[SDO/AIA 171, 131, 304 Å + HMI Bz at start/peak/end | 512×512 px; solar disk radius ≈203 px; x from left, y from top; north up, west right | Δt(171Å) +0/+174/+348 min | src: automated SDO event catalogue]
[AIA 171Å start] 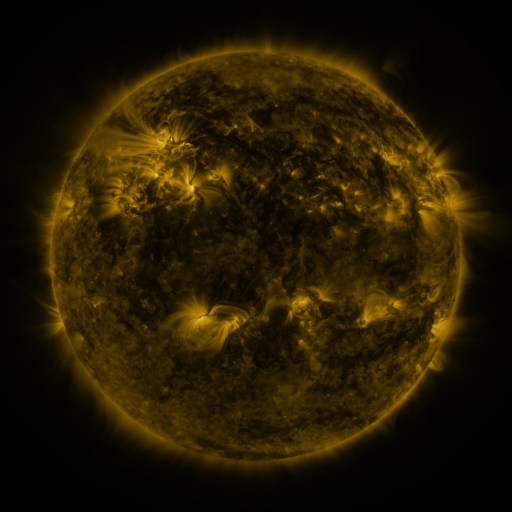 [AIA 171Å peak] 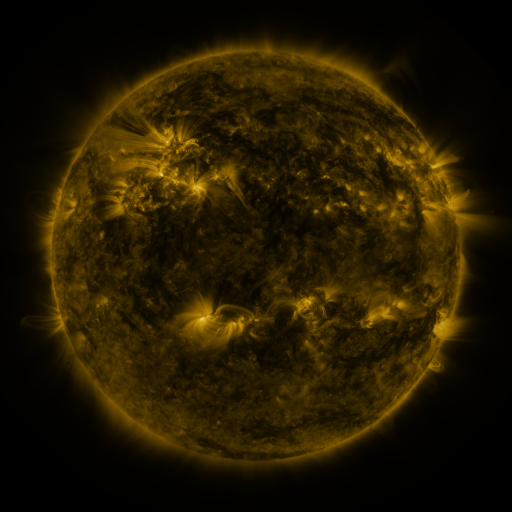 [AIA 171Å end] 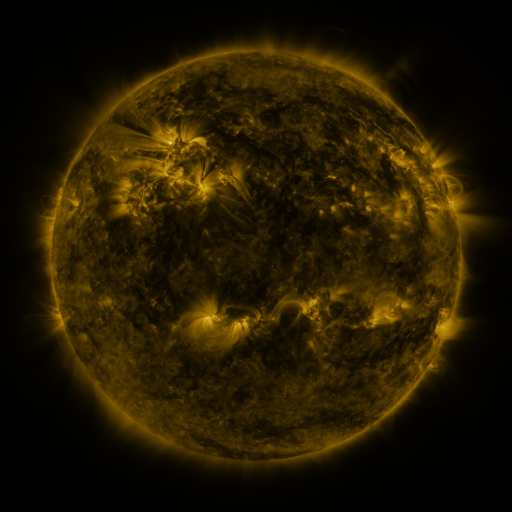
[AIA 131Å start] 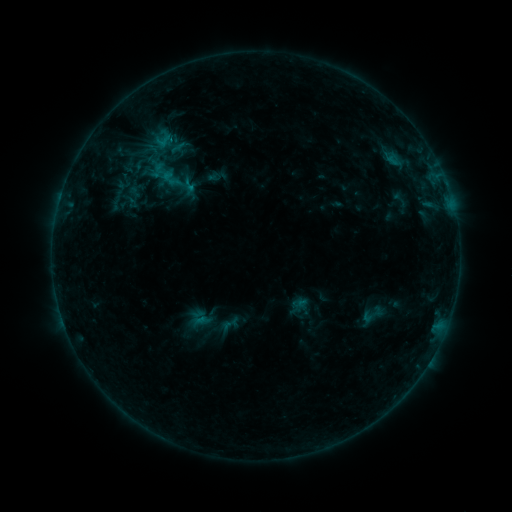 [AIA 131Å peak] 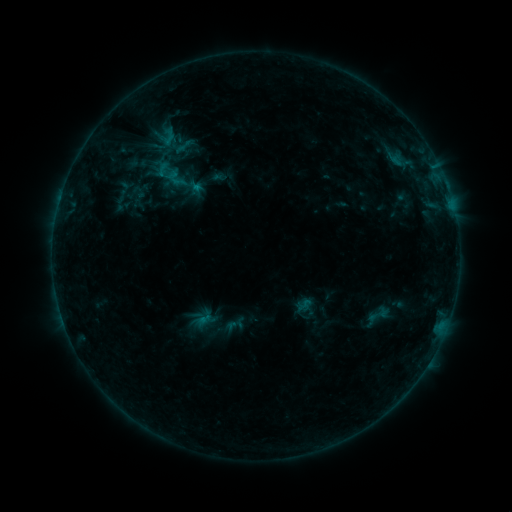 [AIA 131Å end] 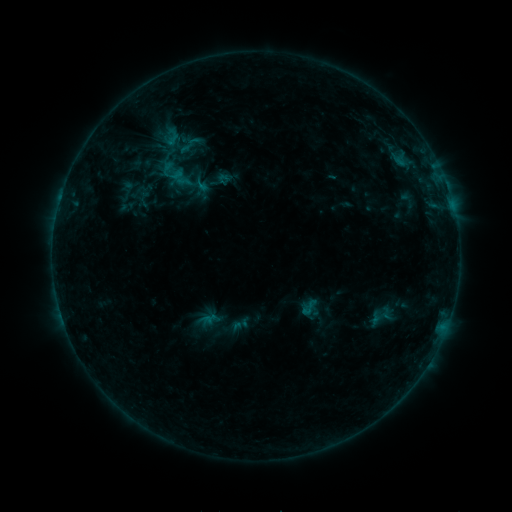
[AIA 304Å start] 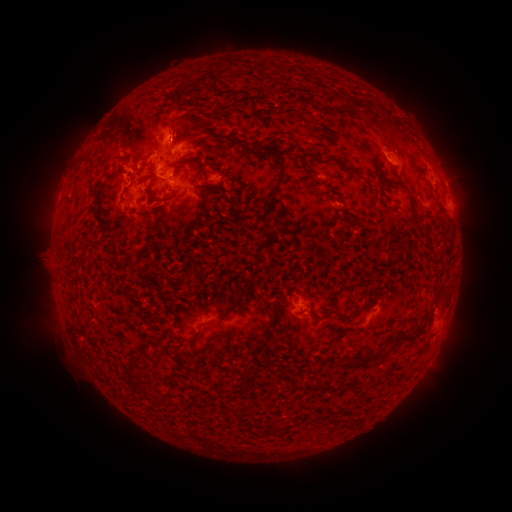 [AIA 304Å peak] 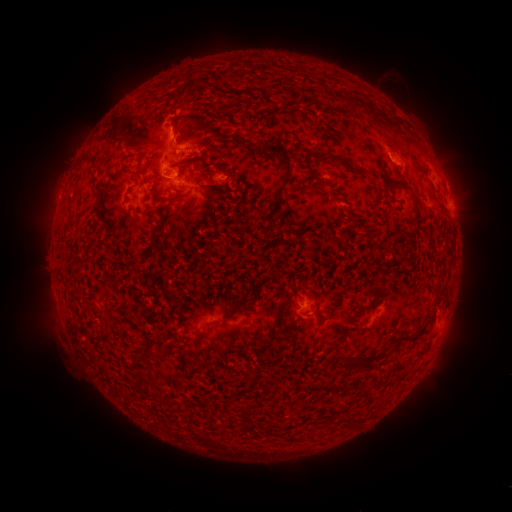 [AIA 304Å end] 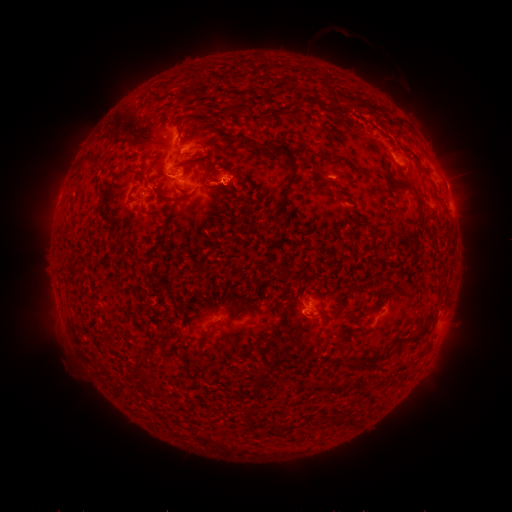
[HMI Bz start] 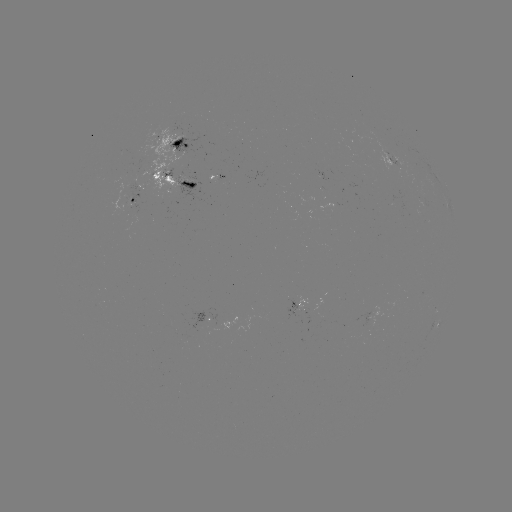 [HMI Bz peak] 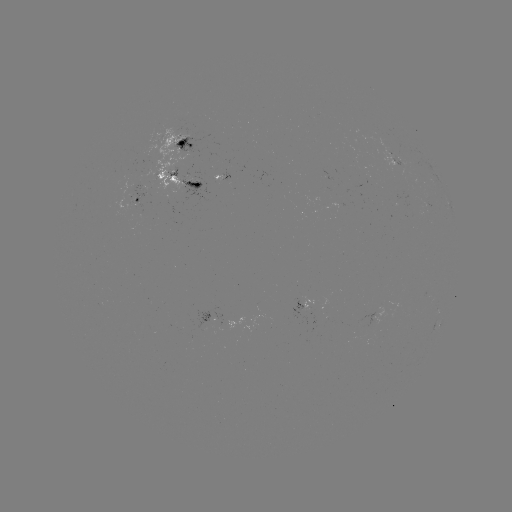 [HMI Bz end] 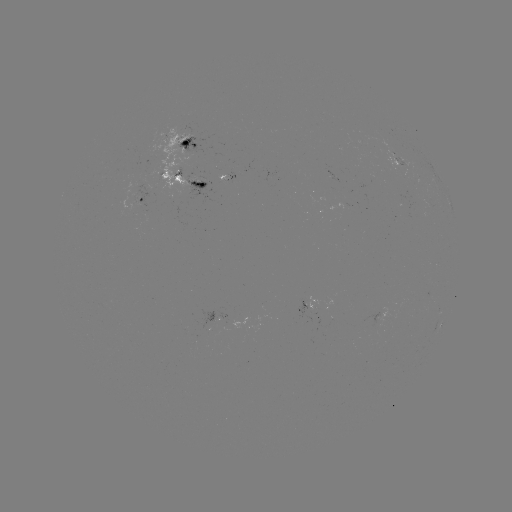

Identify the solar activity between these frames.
filament eruption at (395, 82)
